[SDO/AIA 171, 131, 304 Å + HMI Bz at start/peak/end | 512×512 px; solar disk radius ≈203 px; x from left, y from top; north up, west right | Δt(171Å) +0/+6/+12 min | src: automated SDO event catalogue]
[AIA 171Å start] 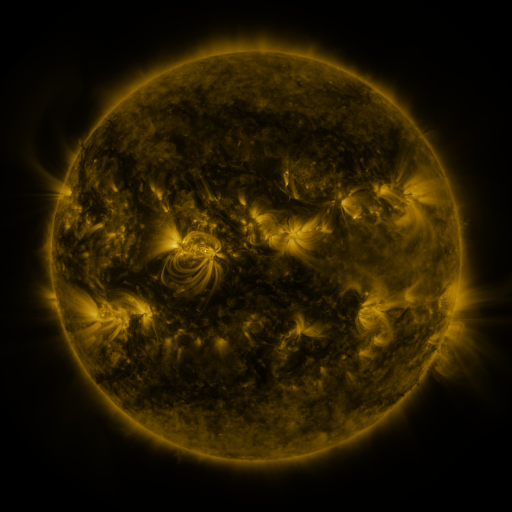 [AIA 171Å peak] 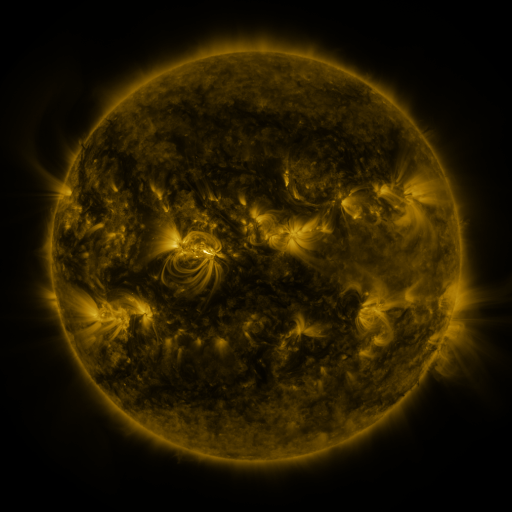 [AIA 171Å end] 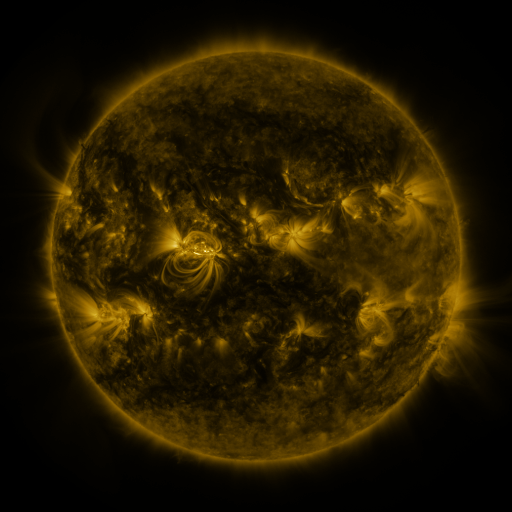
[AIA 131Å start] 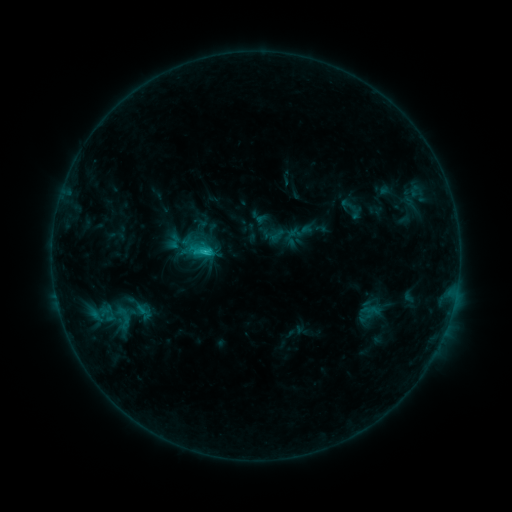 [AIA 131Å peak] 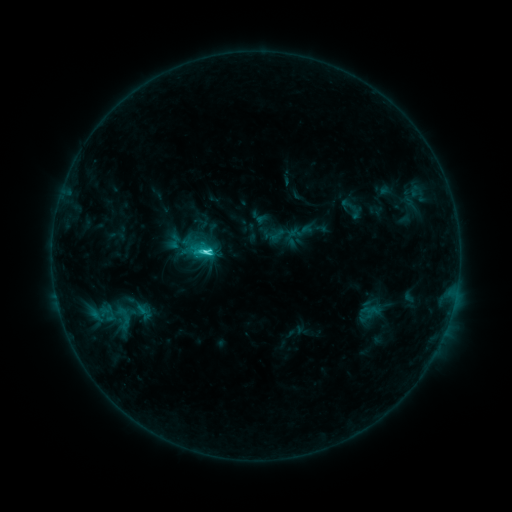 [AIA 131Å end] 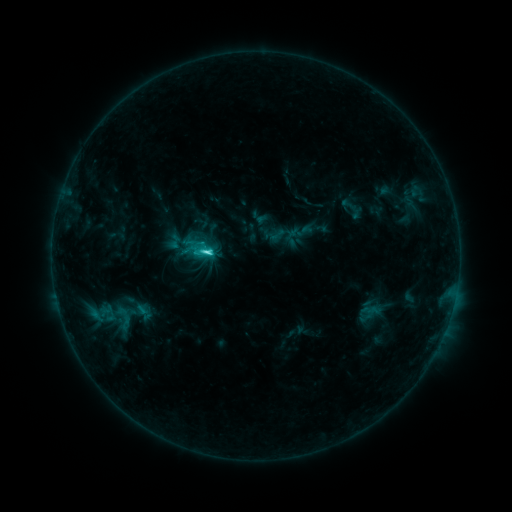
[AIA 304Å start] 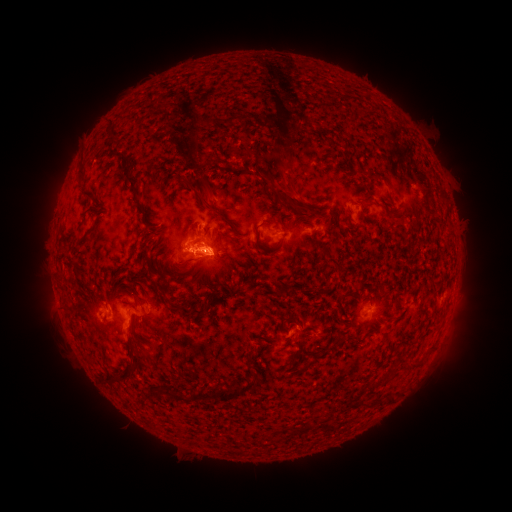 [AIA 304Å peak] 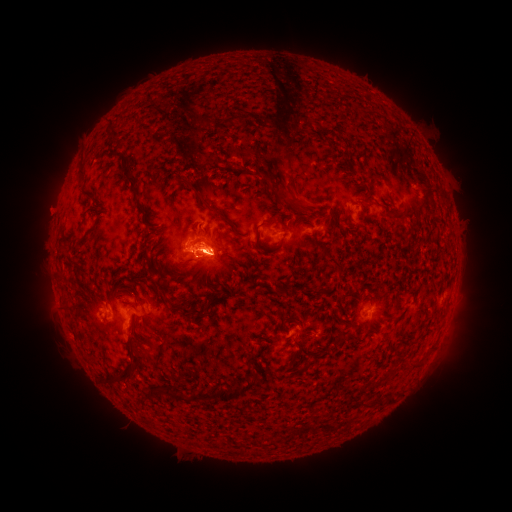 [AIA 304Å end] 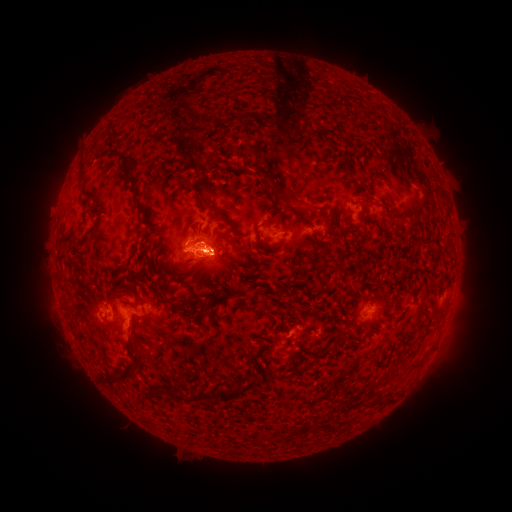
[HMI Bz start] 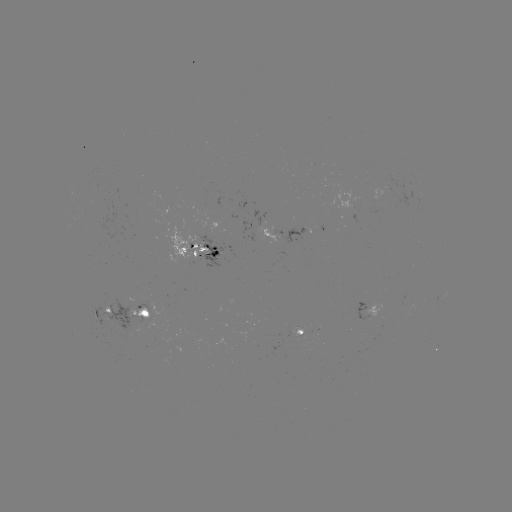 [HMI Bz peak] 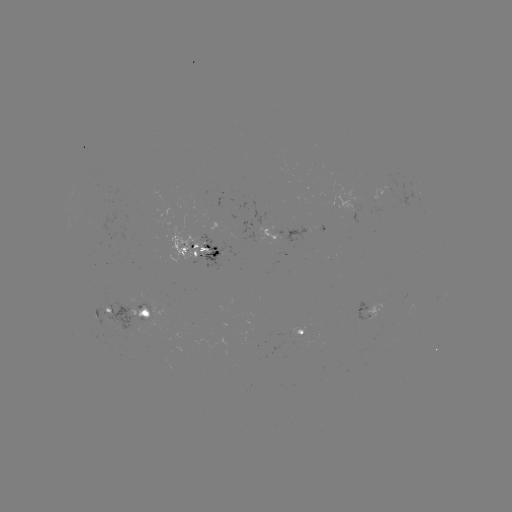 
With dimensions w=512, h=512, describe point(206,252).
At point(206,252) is C4.0 flare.